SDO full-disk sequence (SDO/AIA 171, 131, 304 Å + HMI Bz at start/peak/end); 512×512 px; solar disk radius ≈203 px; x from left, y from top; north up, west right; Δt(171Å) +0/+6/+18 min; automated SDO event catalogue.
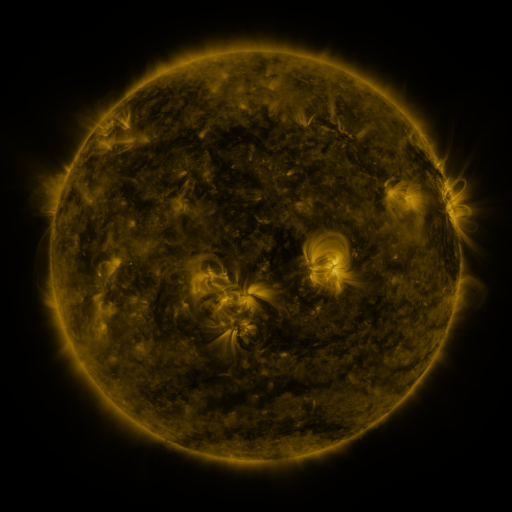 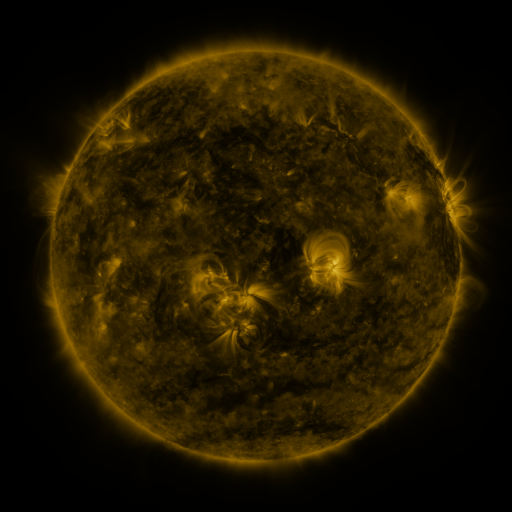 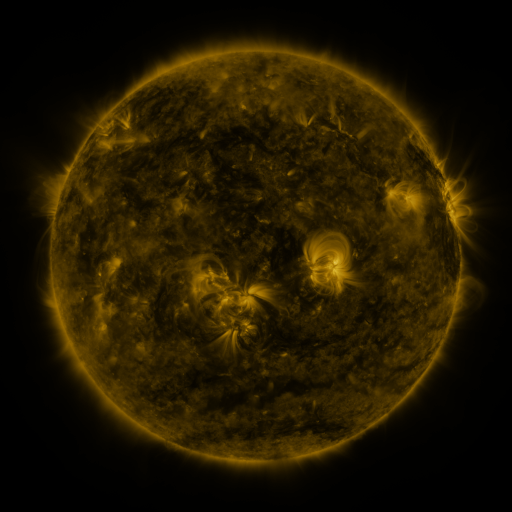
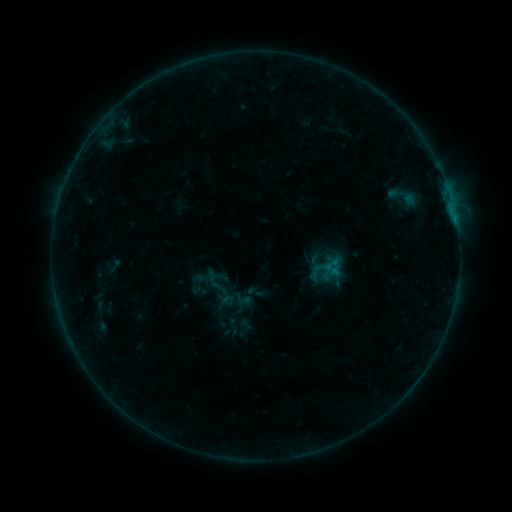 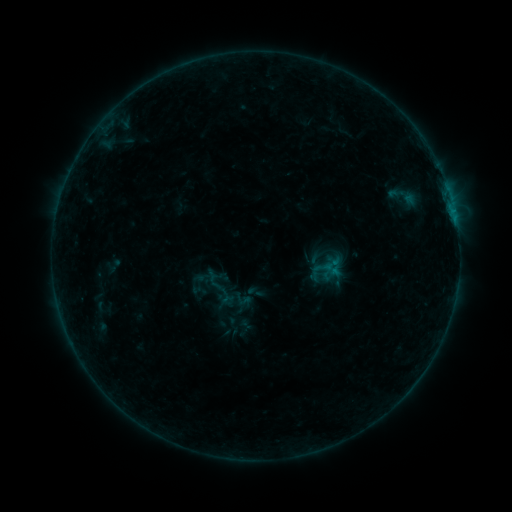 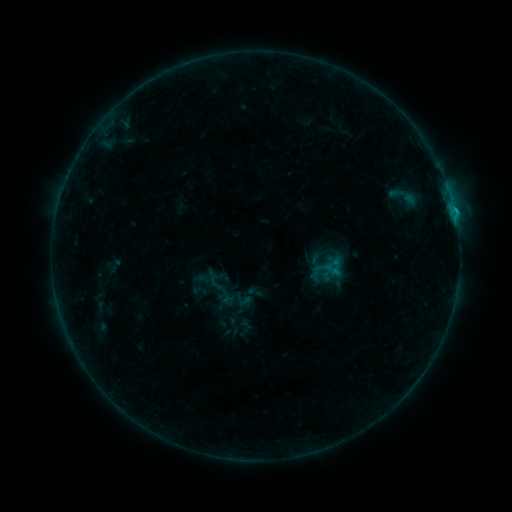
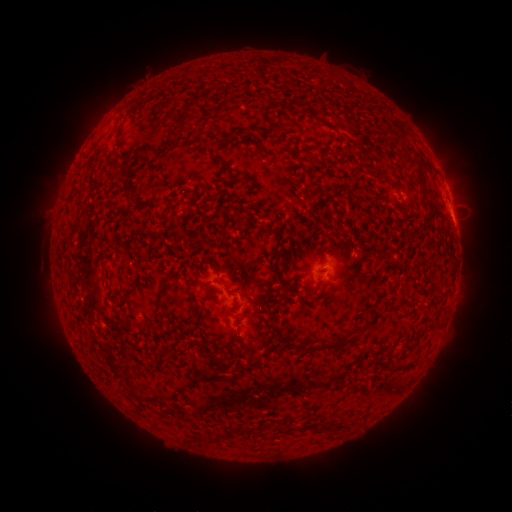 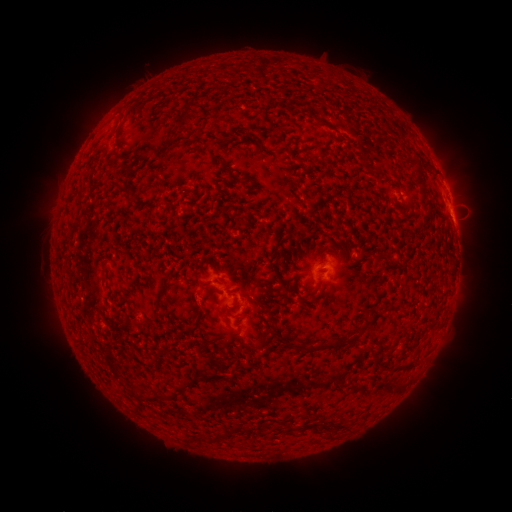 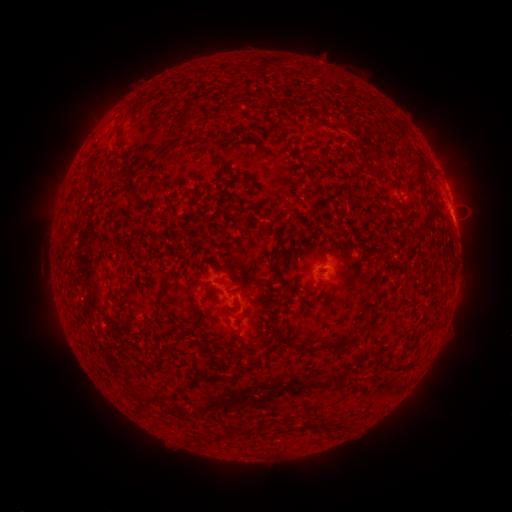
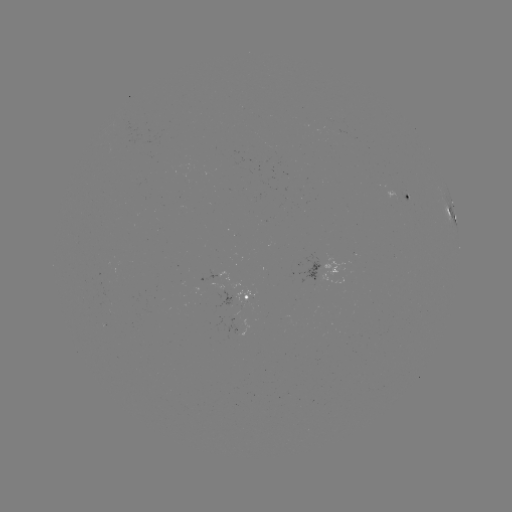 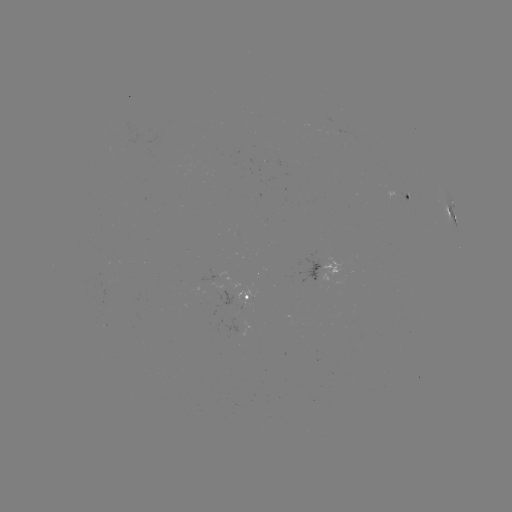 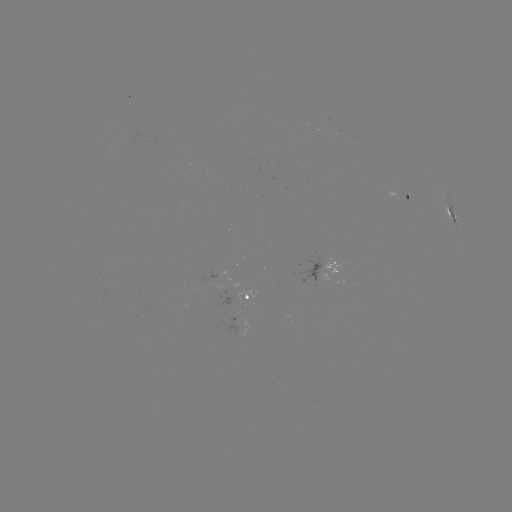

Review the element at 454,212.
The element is B9.0 flare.